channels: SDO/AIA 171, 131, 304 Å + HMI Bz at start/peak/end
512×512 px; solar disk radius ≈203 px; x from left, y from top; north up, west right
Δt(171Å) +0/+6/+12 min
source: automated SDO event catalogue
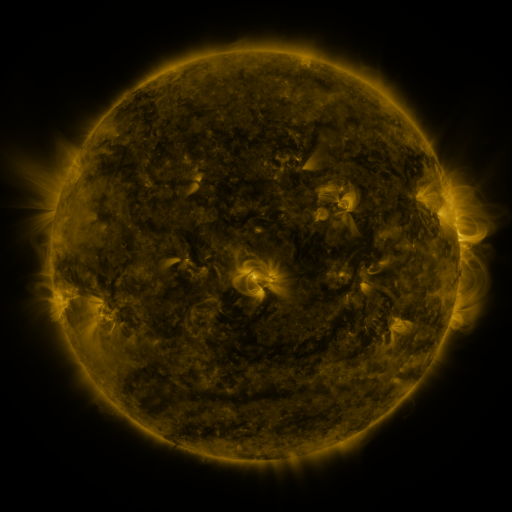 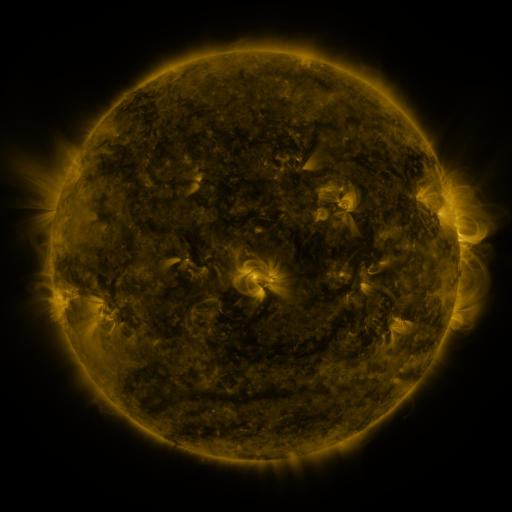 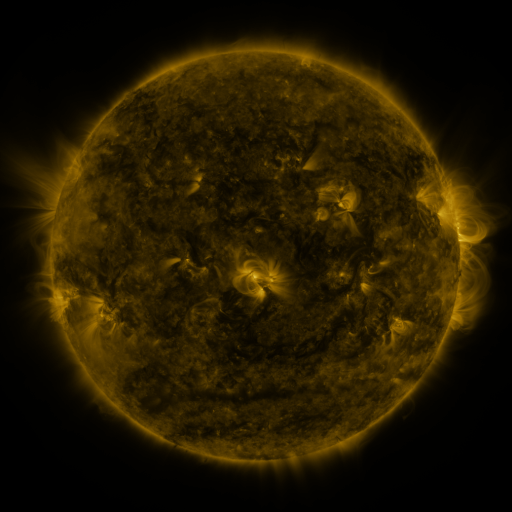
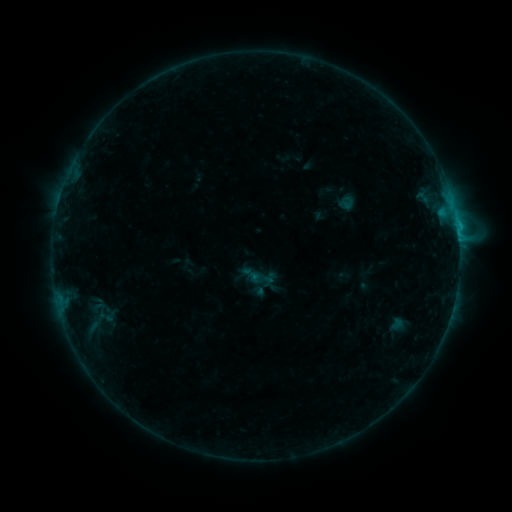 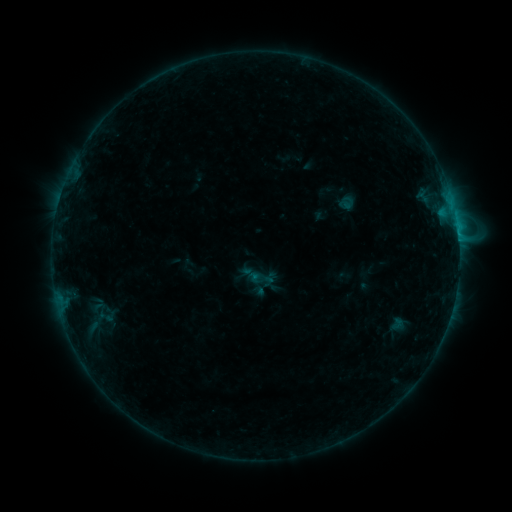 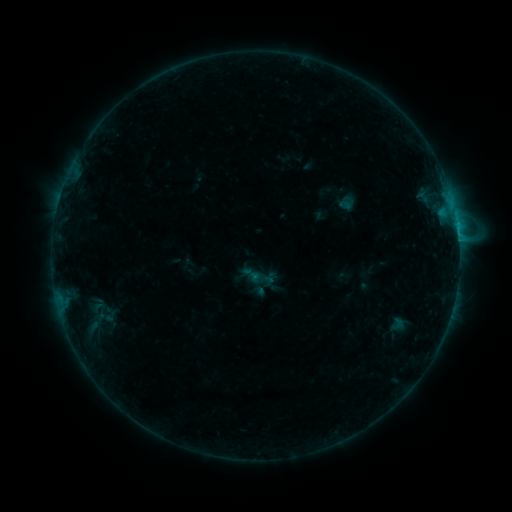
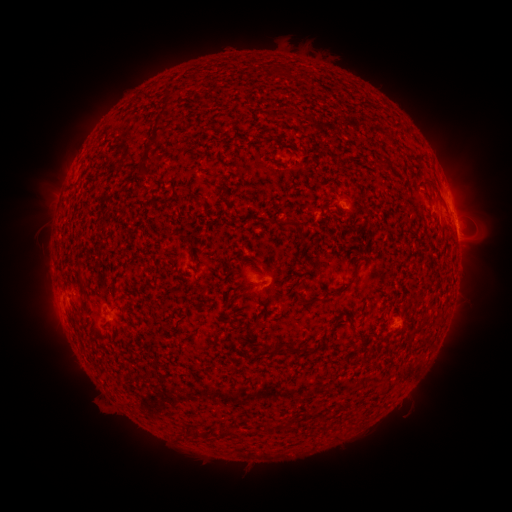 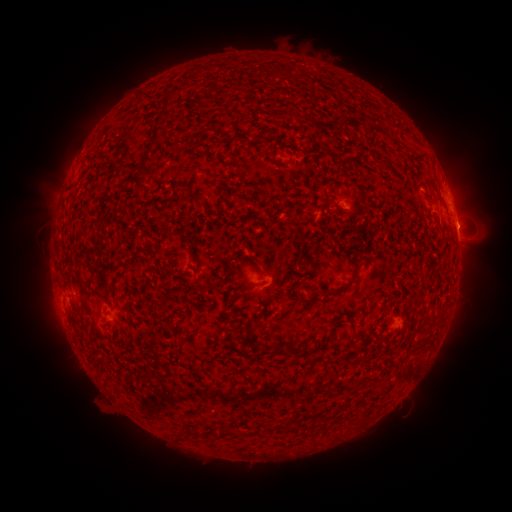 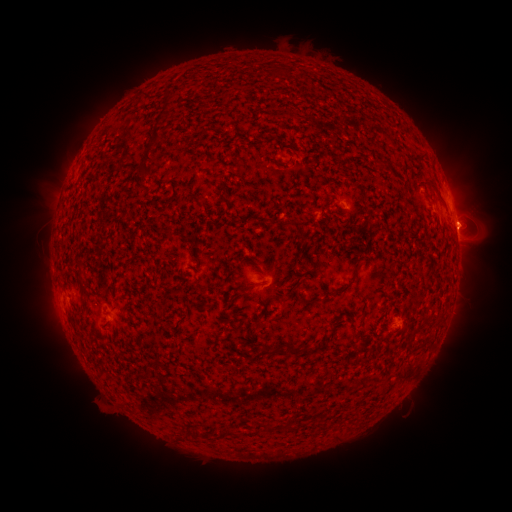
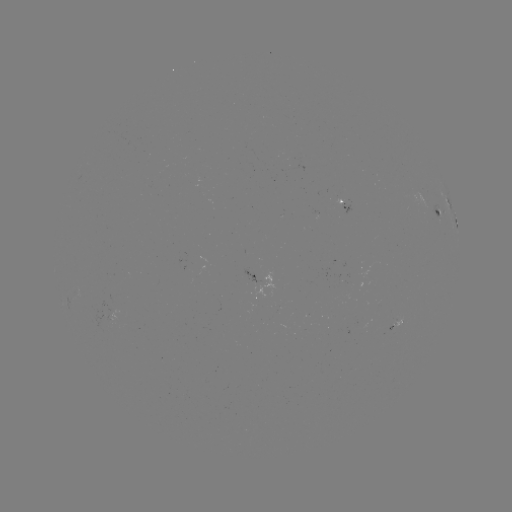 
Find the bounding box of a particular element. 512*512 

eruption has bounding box [454, 200, 500, 244].